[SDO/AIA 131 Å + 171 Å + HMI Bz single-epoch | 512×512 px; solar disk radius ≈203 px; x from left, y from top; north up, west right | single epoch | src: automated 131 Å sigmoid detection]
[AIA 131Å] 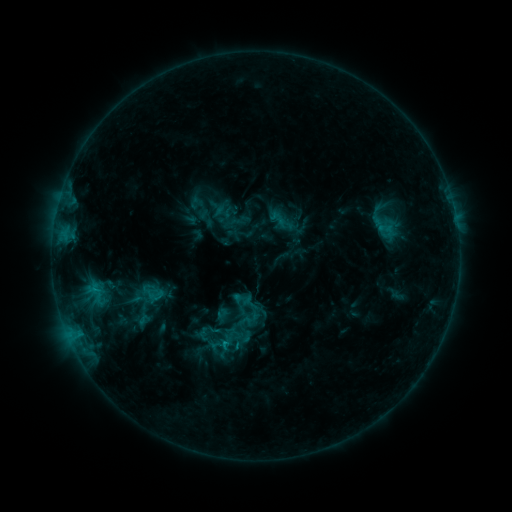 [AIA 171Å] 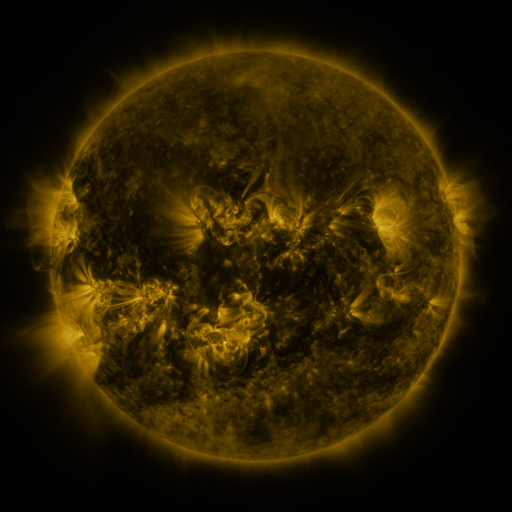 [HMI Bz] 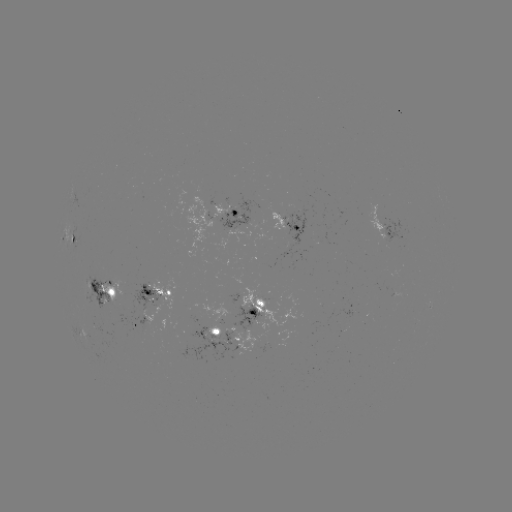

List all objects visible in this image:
sigmoid: (246, 311)
